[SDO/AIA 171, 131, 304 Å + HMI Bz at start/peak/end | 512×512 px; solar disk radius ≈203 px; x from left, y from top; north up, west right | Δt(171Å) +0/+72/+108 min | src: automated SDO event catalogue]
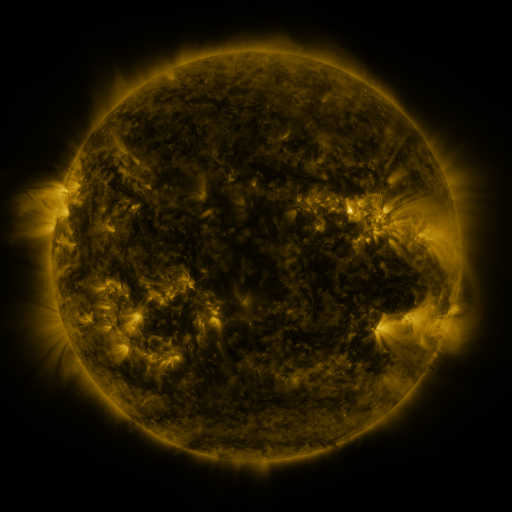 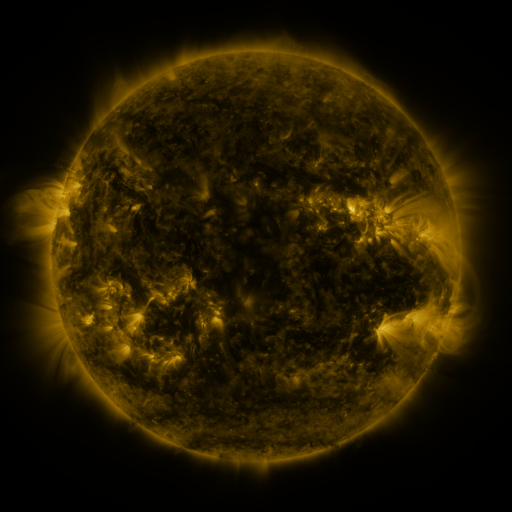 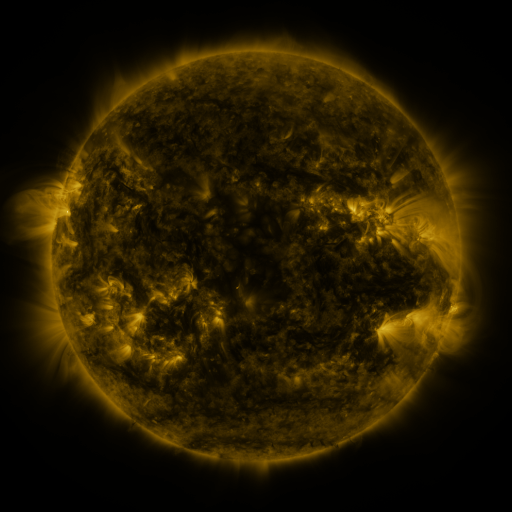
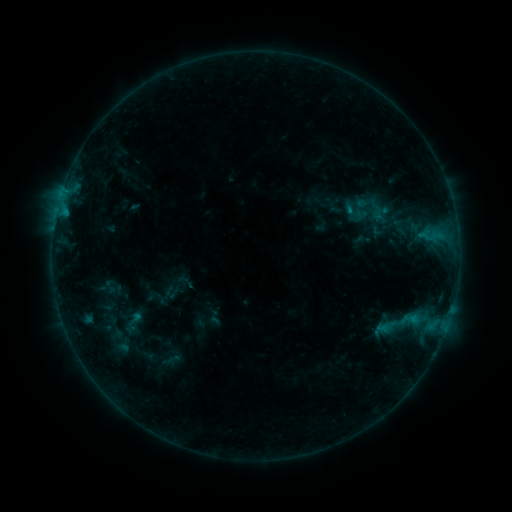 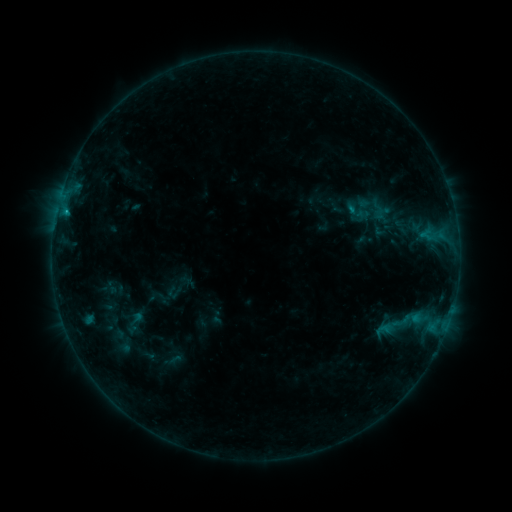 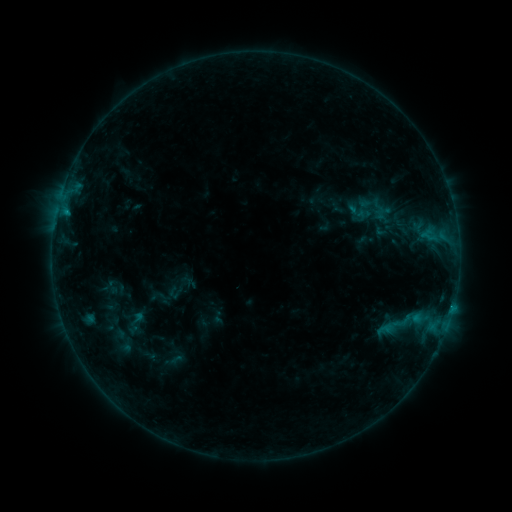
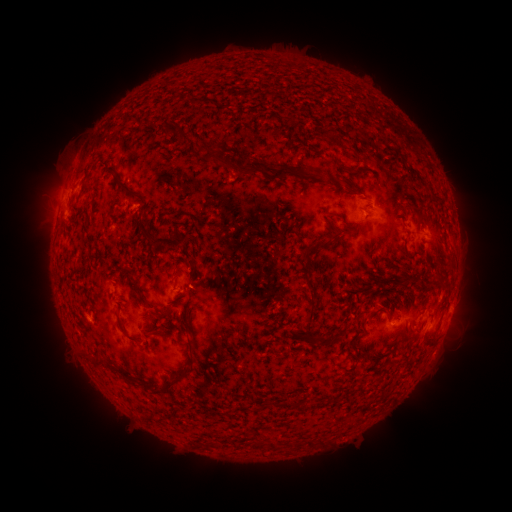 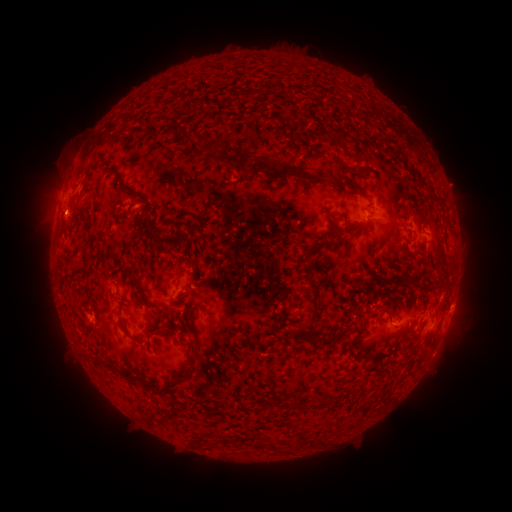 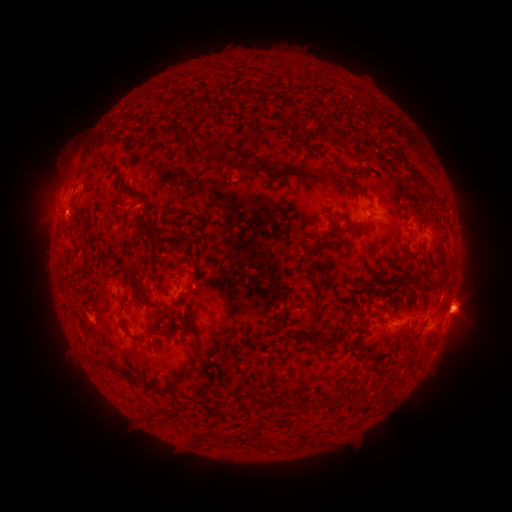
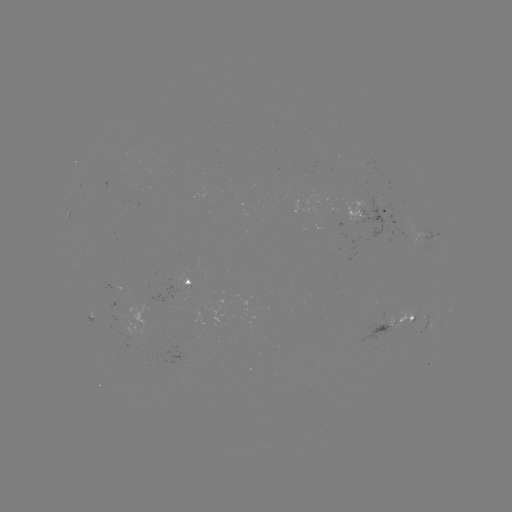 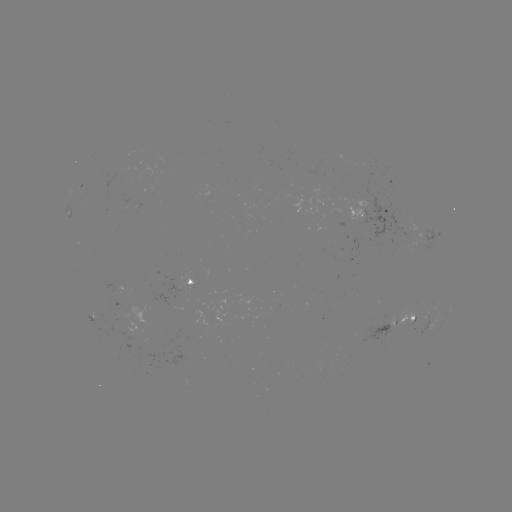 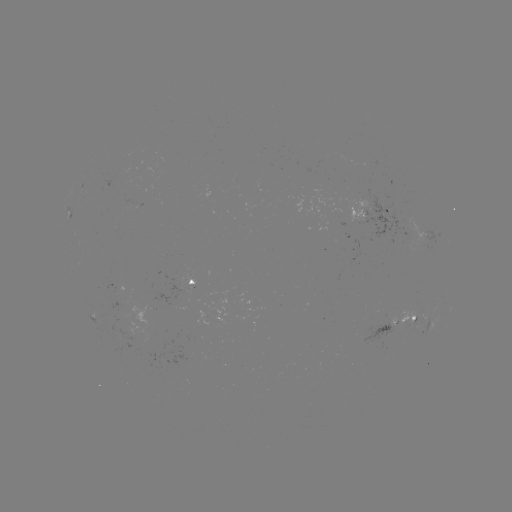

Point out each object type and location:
emerging-flux region: (399, 233)
